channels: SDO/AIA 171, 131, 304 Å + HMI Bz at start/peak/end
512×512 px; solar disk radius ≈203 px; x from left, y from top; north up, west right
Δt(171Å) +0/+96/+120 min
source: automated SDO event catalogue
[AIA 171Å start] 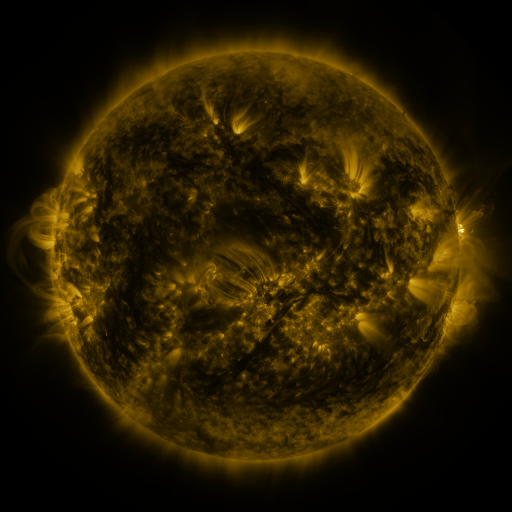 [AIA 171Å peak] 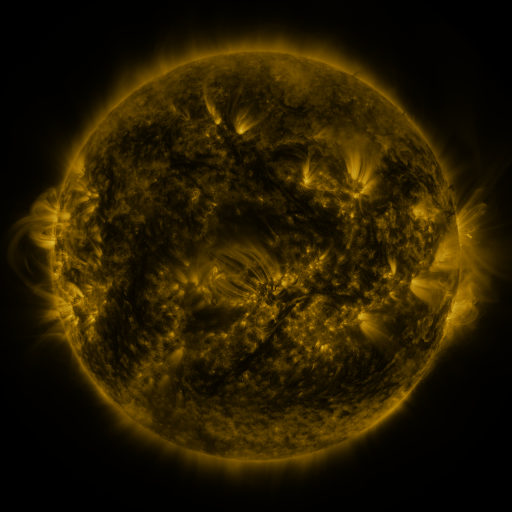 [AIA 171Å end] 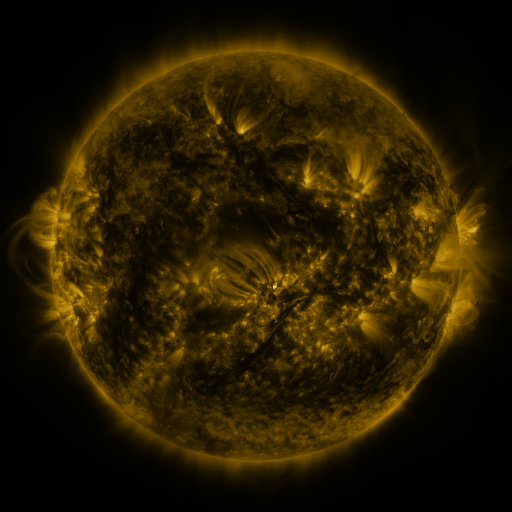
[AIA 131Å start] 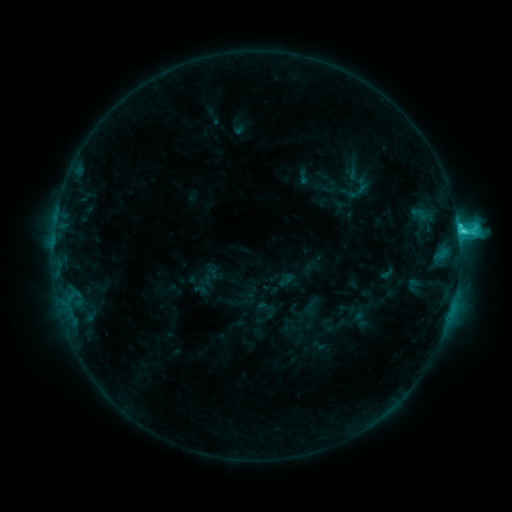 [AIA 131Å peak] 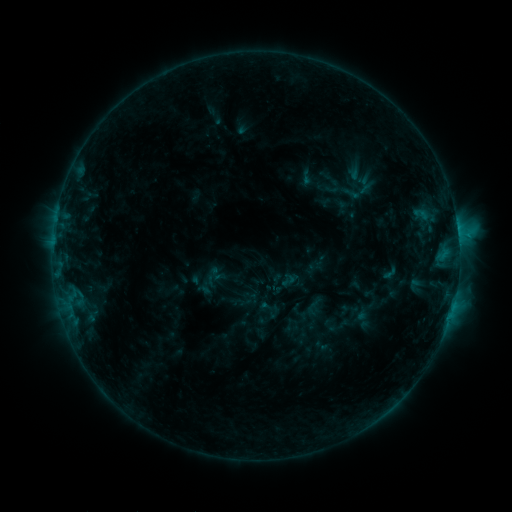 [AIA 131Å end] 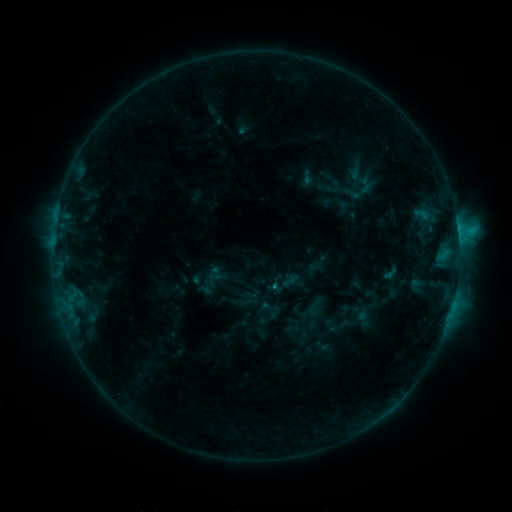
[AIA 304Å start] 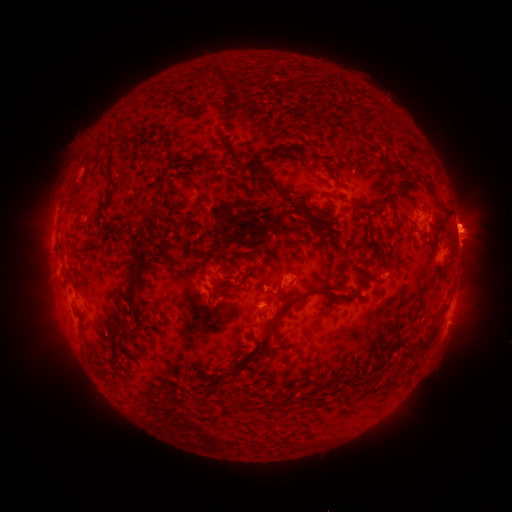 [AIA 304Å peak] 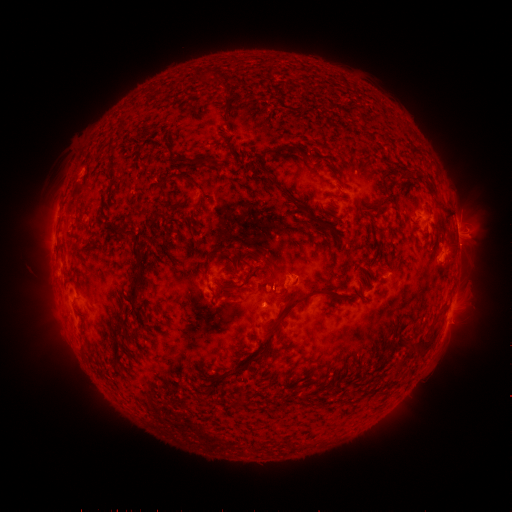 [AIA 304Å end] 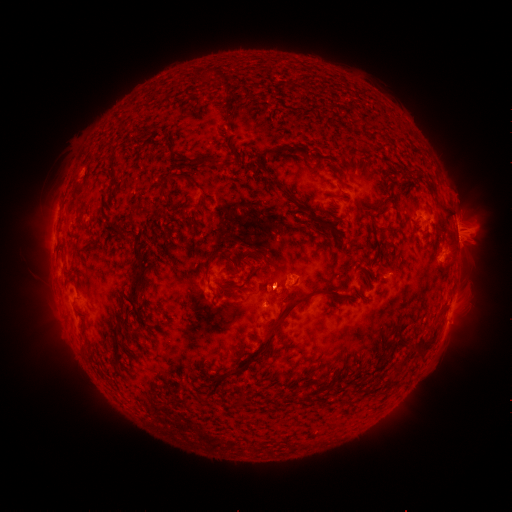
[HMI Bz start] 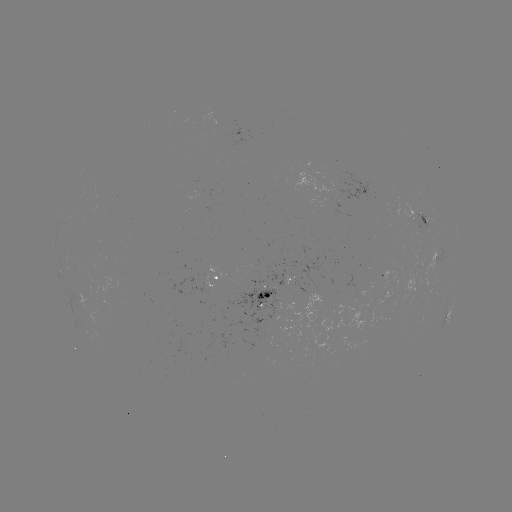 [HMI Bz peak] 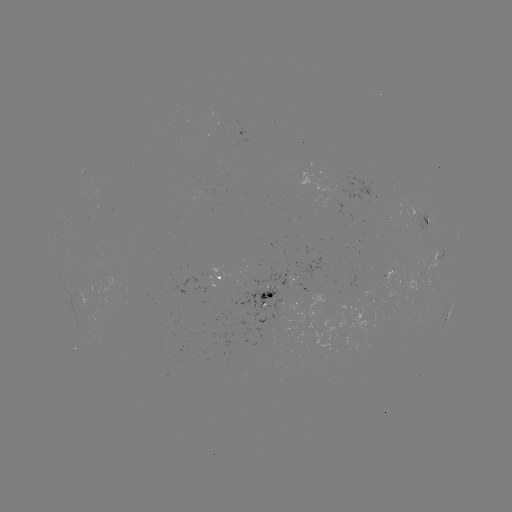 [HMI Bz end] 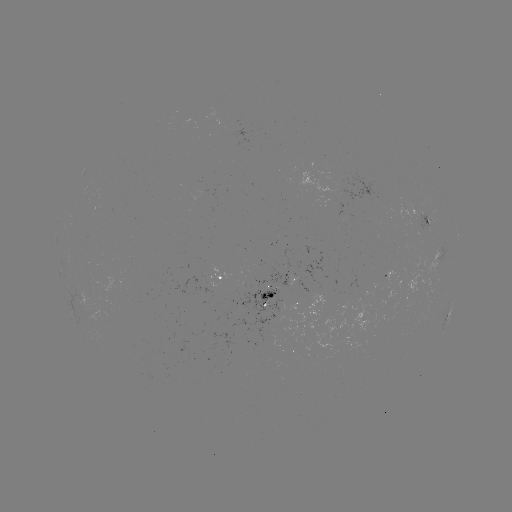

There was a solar emerging-flux region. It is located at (263, 297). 